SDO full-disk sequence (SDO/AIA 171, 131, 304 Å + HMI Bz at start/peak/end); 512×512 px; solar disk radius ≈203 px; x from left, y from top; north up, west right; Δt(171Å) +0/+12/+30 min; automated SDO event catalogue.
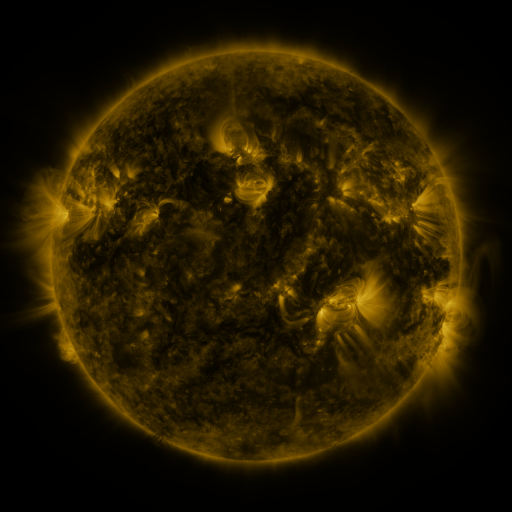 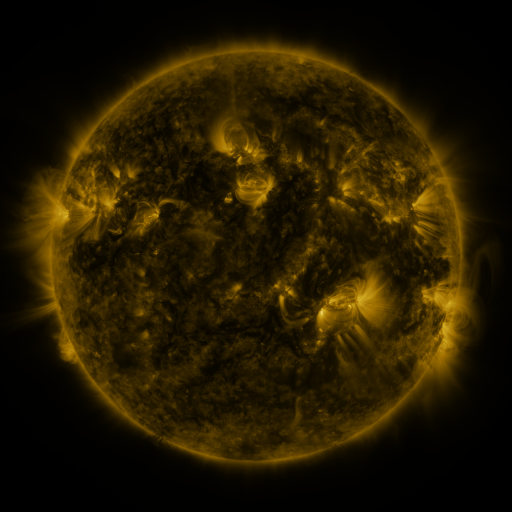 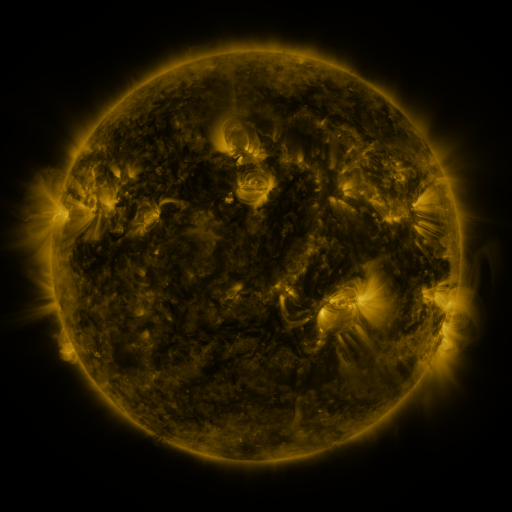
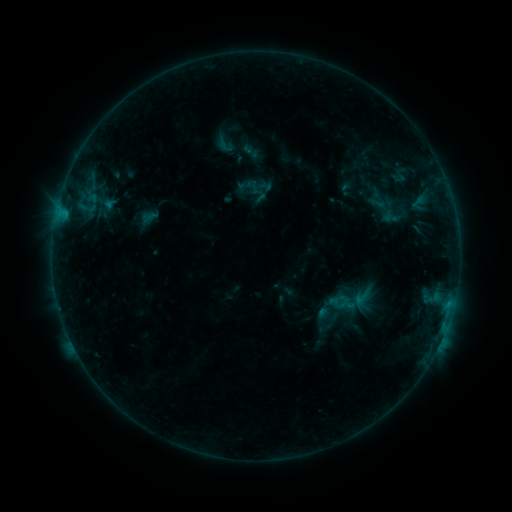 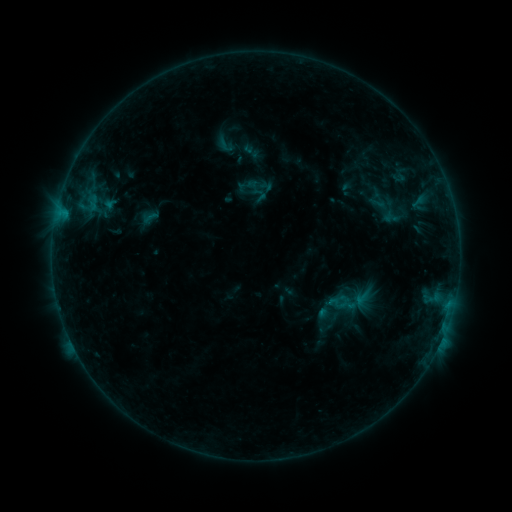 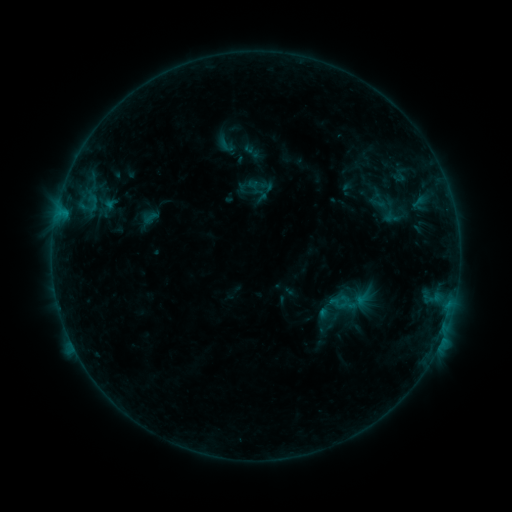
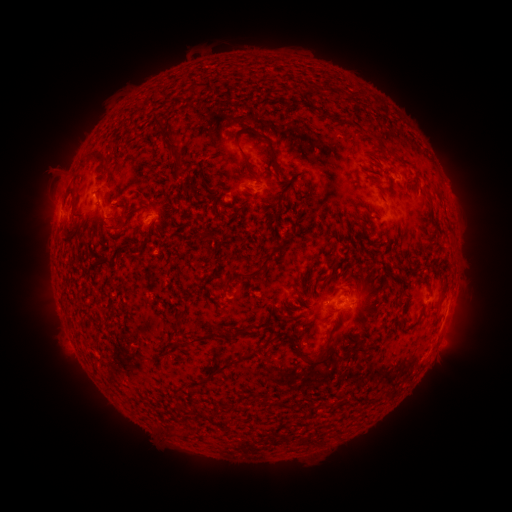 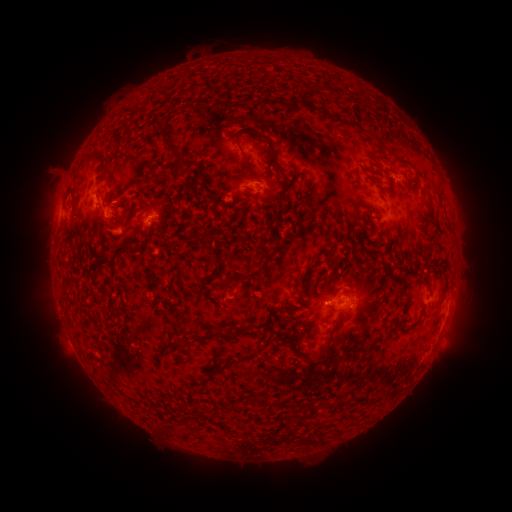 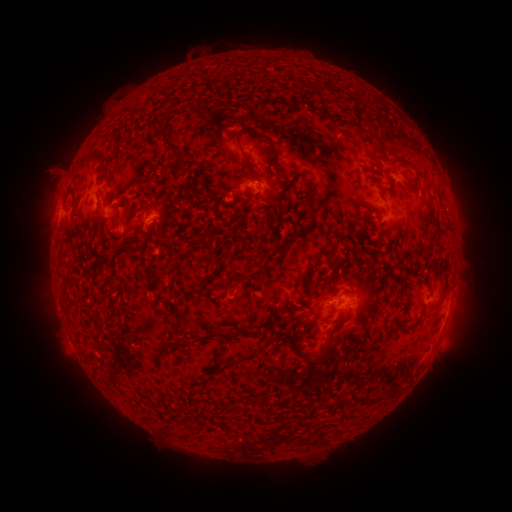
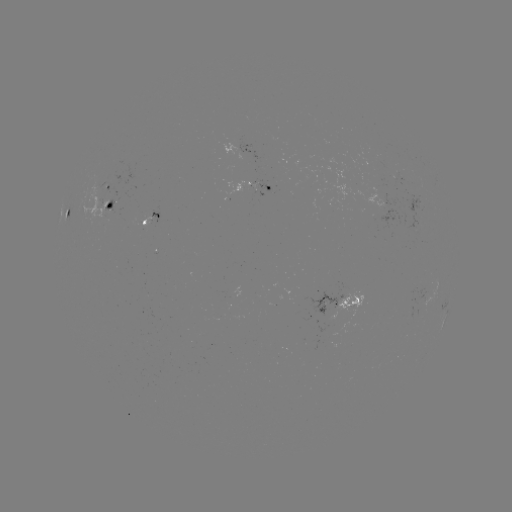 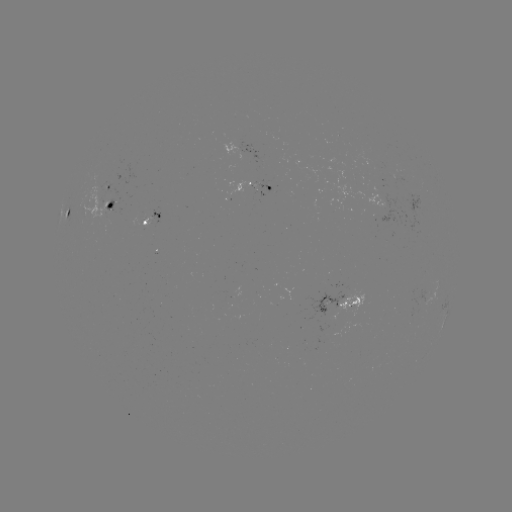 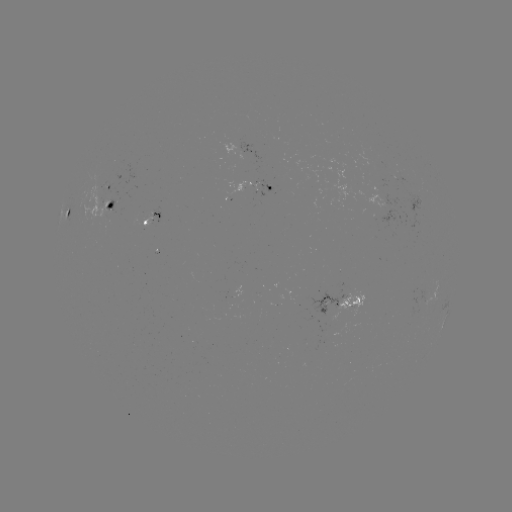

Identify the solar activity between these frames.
B4.9 flare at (93, 206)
